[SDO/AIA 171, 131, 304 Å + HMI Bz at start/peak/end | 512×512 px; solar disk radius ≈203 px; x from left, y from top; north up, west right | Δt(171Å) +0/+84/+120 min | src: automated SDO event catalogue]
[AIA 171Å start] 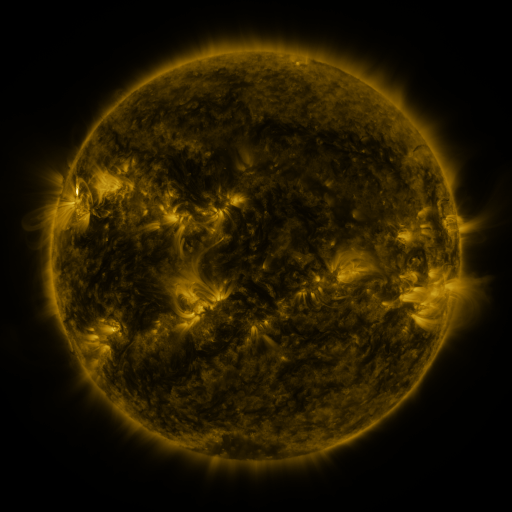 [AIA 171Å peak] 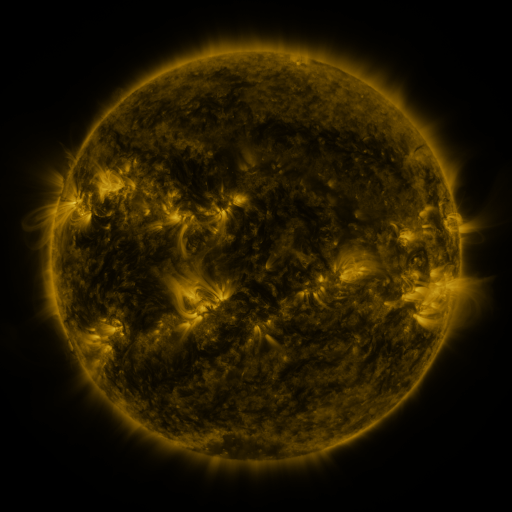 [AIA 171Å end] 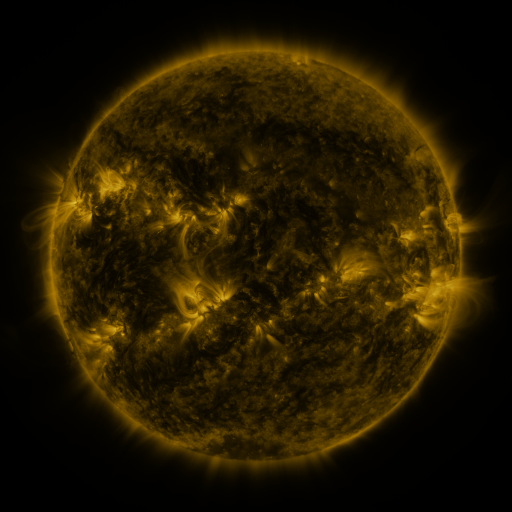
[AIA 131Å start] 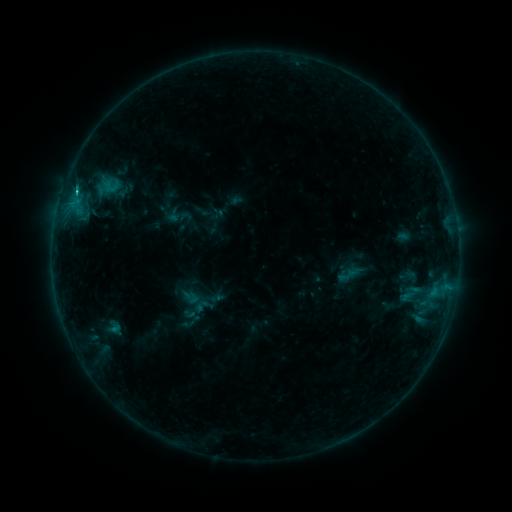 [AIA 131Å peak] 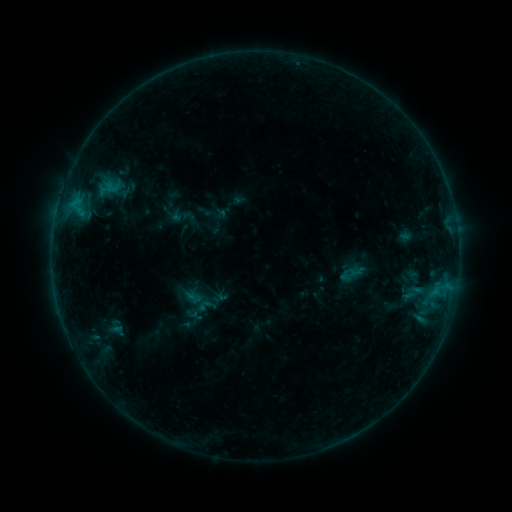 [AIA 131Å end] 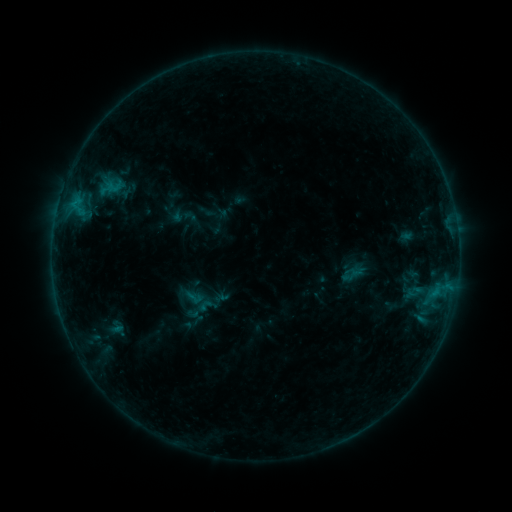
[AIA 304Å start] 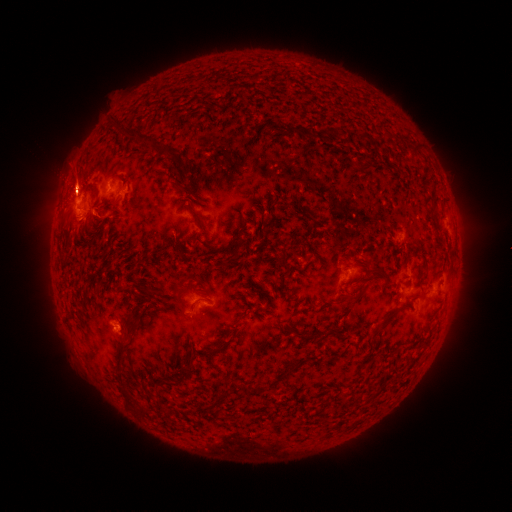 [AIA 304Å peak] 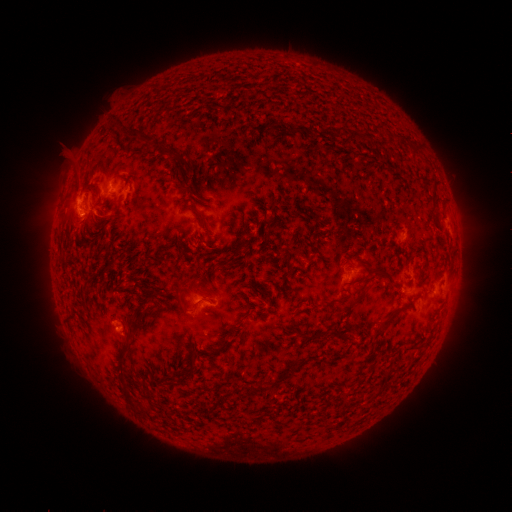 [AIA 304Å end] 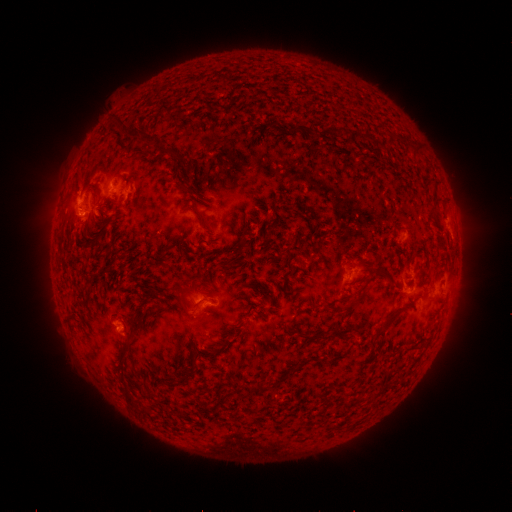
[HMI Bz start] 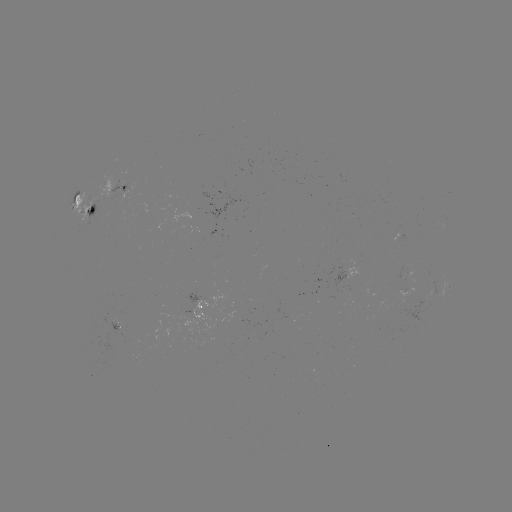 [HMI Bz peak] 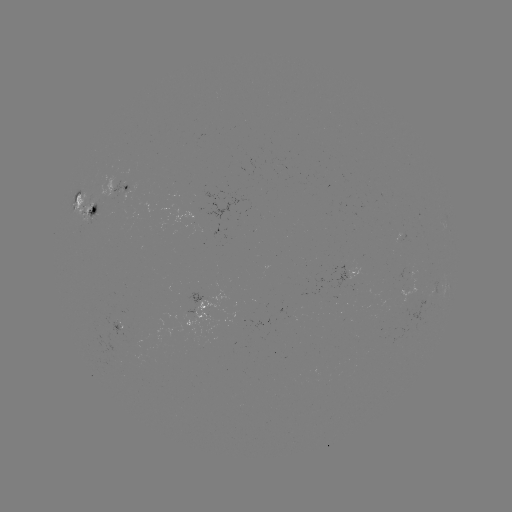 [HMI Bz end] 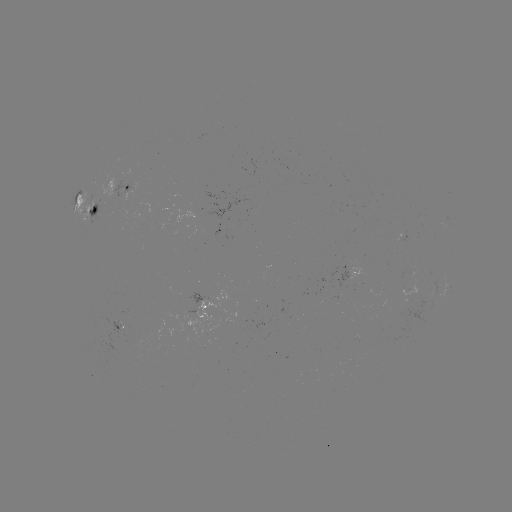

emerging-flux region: (114, 322, 127, 336)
